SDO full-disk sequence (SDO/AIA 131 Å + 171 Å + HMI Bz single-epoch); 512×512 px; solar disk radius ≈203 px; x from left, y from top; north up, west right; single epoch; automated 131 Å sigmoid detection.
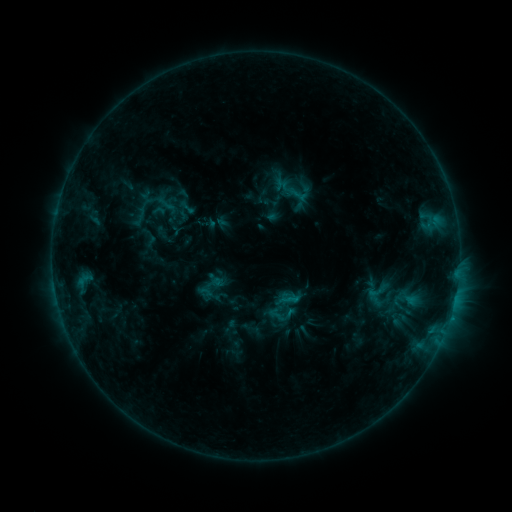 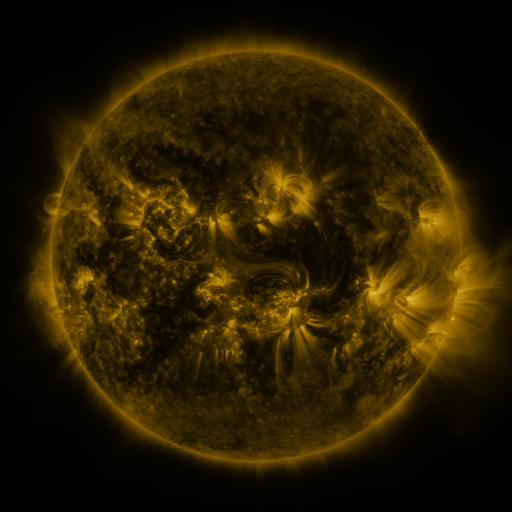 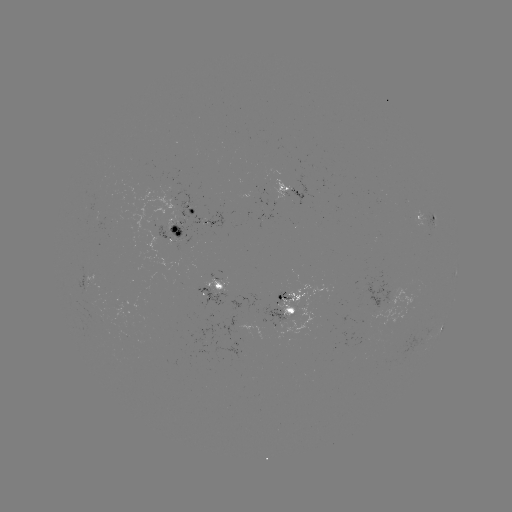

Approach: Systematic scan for sigmoid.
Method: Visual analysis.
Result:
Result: sigmoid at [407, 300].